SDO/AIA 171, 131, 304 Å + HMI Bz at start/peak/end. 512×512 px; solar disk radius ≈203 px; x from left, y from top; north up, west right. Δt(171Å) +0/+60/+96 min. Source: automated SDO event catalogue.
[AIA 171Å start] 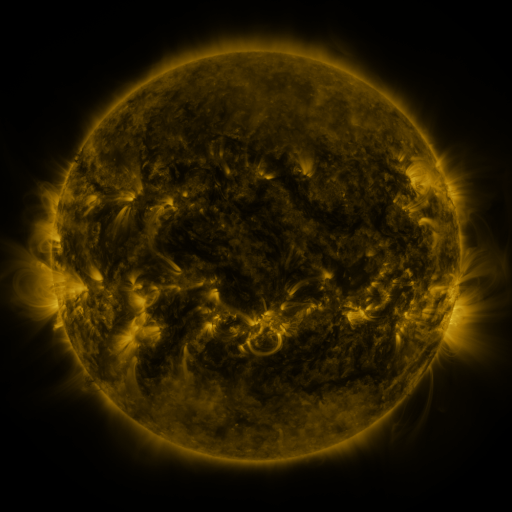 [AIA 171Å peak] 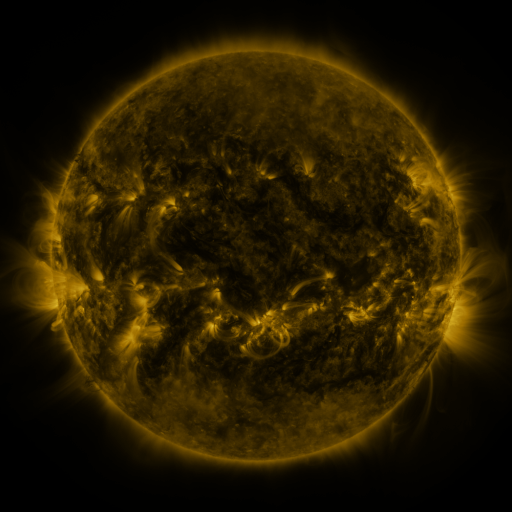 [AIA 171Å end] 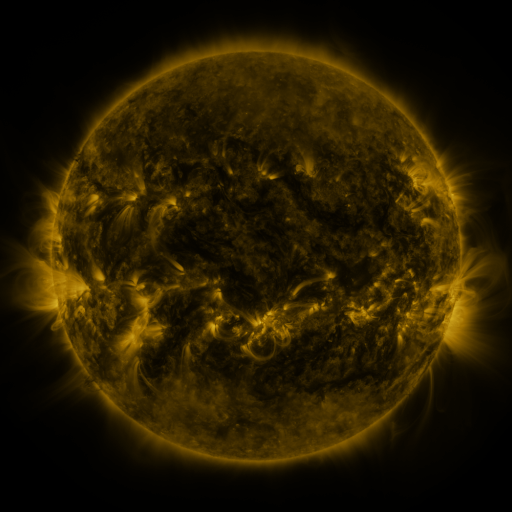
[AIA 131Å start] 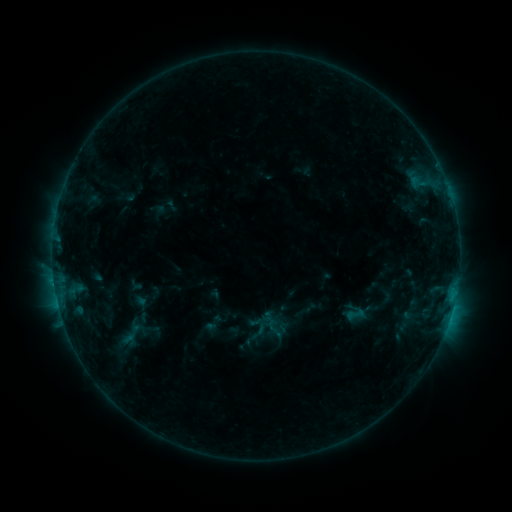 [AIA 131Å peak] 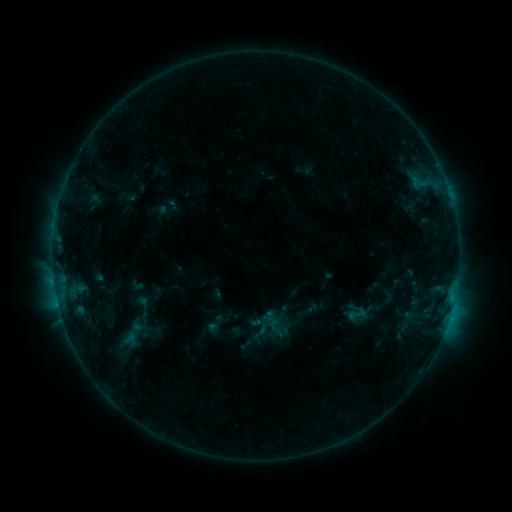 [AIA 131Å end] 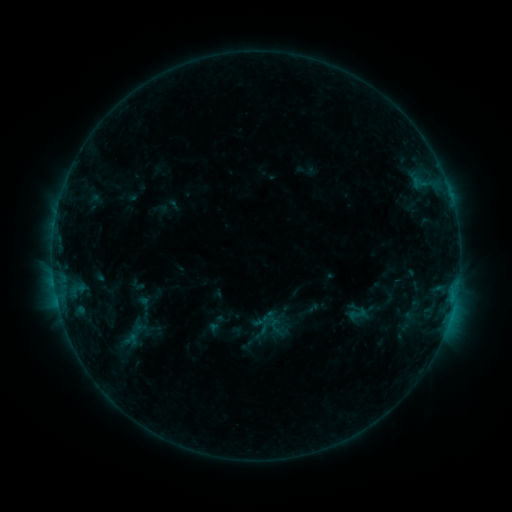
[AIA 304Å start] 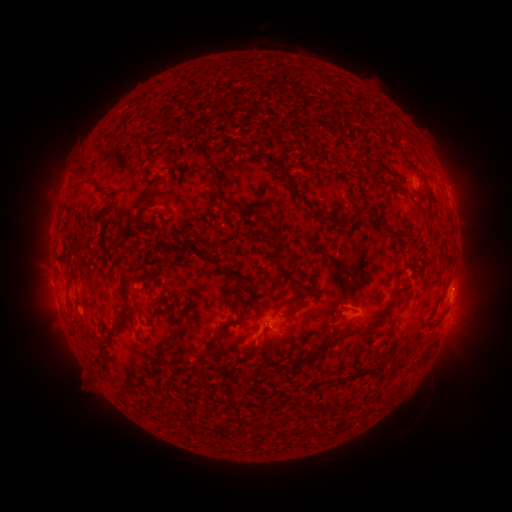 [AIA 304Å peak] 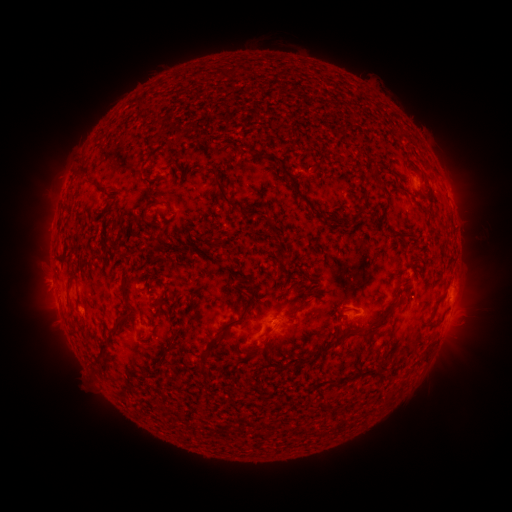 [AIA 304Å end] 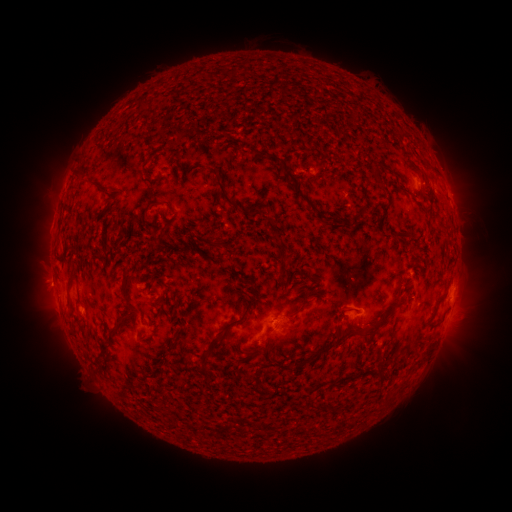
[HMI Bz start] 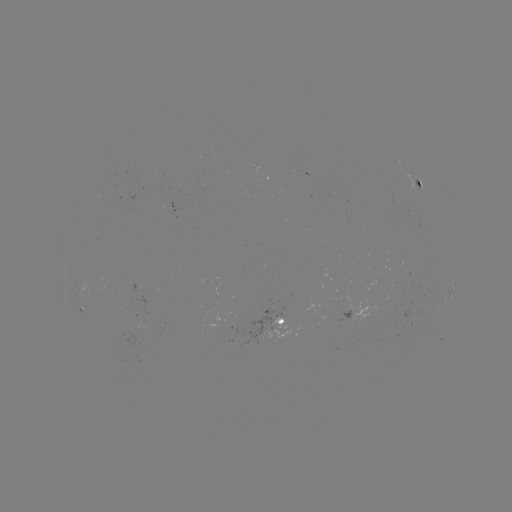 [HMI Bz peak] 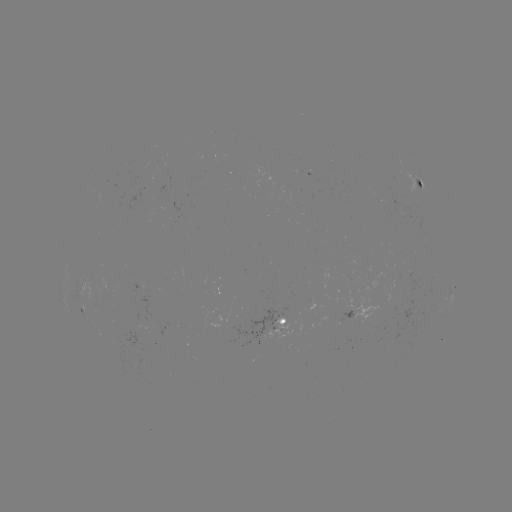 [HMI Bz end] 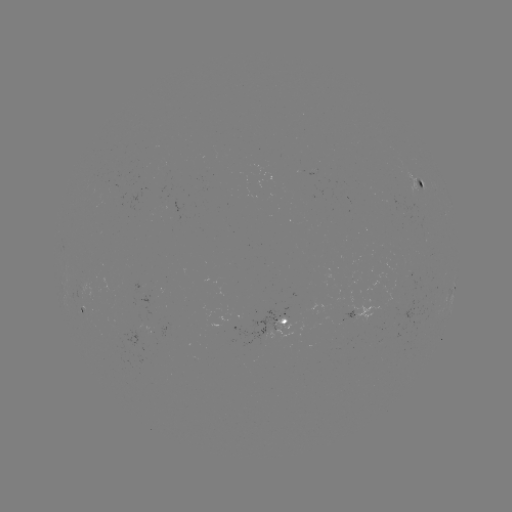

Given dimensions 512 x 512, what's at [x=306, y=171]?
emerging-flux region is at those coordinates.